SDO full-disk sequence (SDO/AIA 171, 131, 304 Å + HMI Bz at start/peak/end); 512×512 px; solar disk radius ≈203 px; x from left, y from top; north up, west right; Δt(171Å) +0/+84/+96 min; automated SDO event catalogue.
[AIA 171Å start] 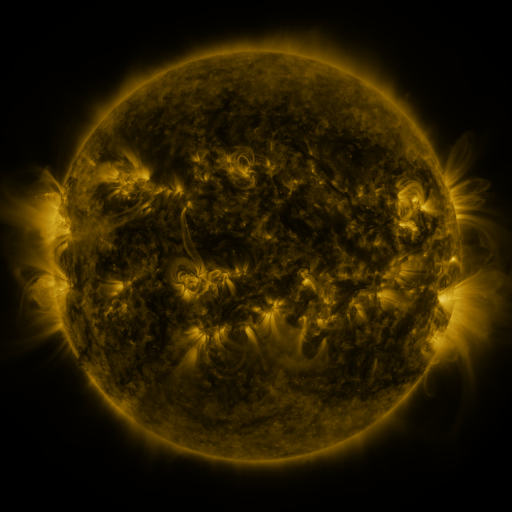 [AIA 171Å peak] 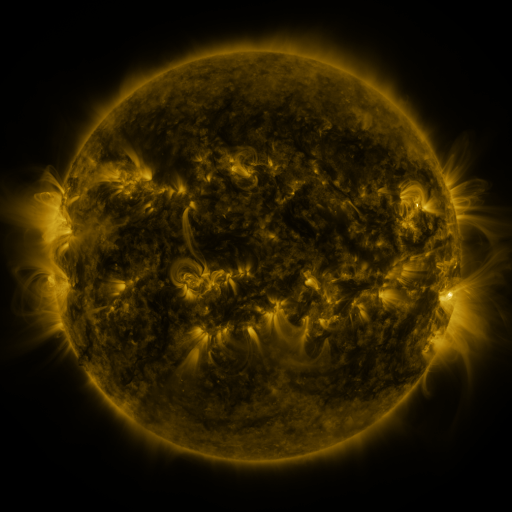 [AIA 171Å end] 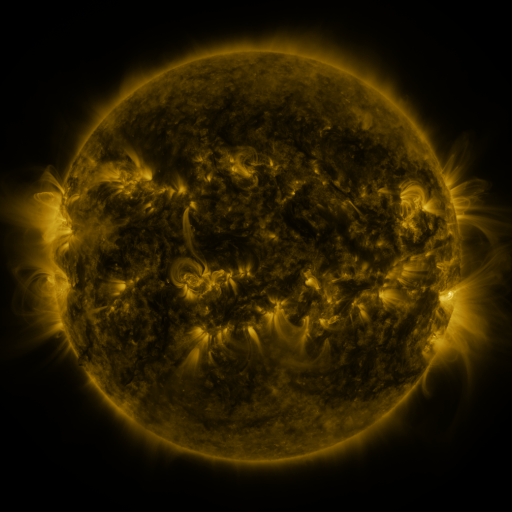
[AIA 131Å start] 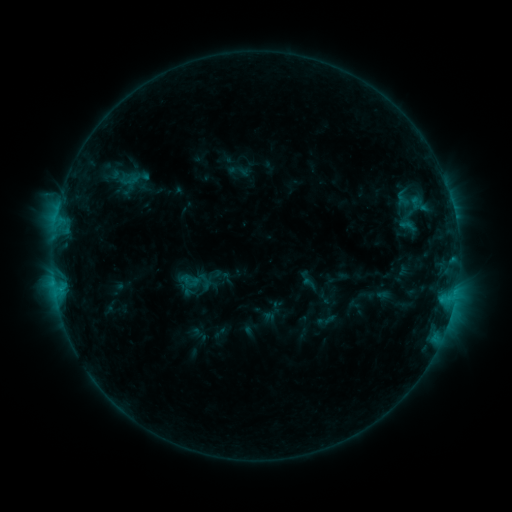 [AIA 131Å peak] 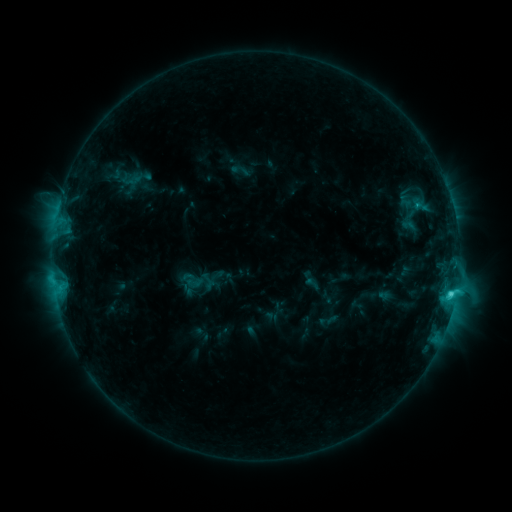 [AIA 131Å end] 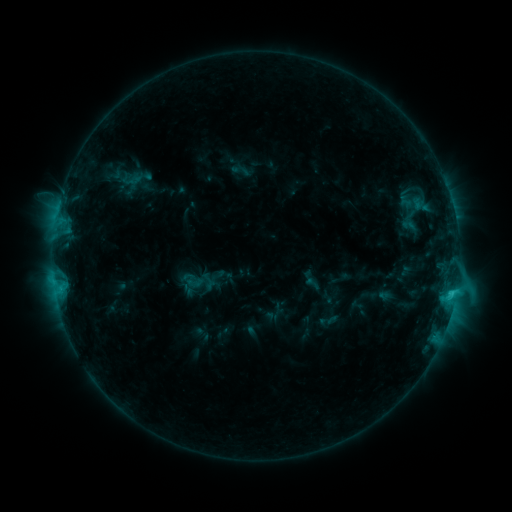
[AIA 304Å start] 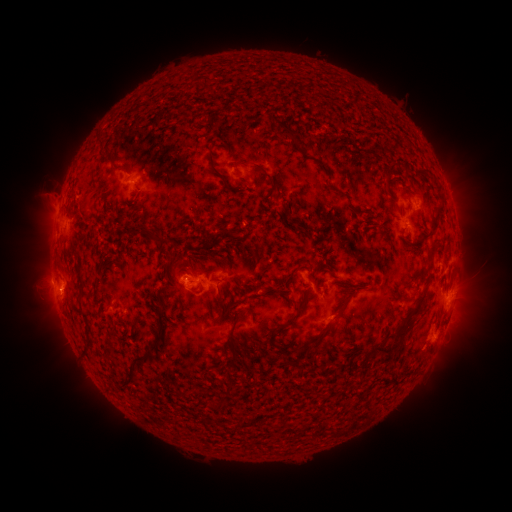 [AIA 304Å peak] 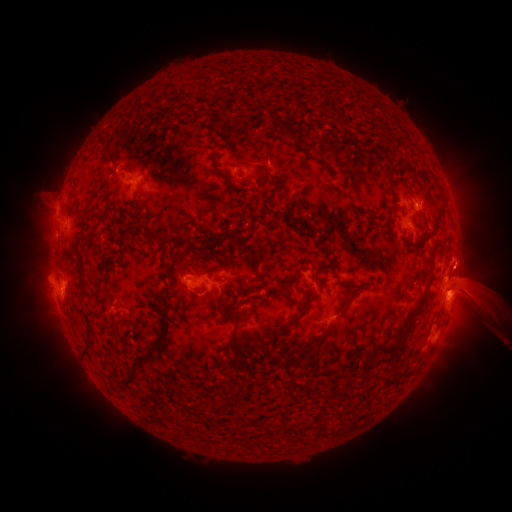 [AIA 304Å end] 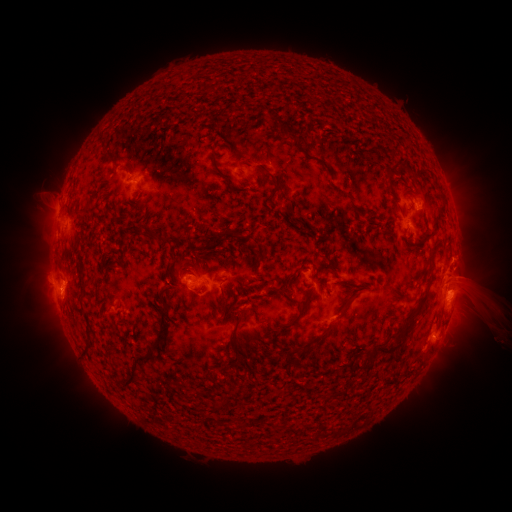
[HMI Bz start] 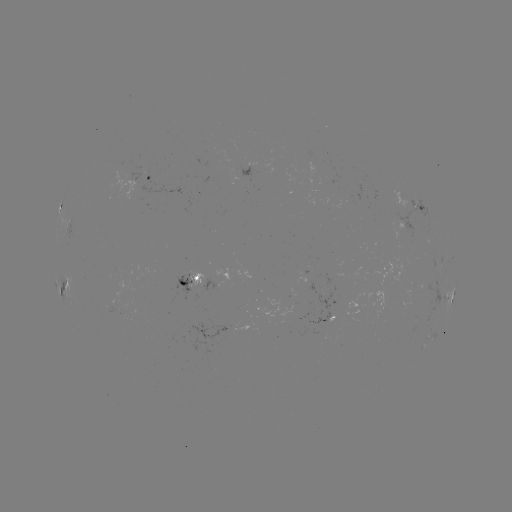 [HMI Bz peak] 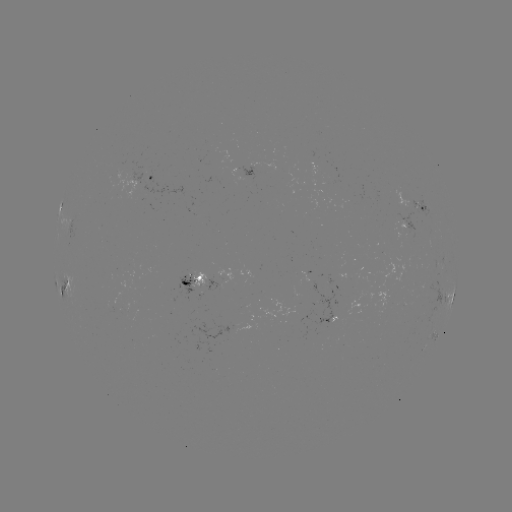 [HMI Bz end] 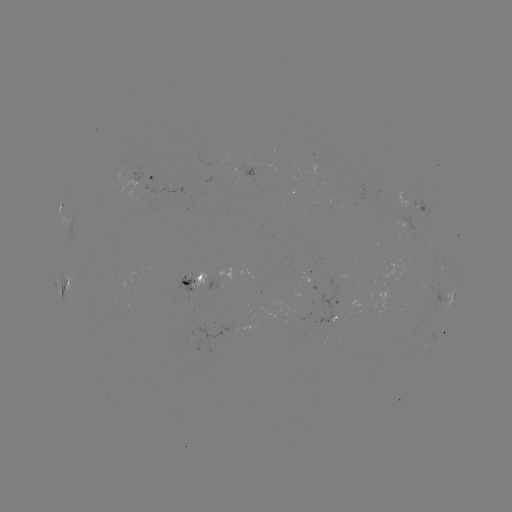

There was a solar emerging-flux region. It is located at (403, 222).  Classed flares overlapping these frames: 2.